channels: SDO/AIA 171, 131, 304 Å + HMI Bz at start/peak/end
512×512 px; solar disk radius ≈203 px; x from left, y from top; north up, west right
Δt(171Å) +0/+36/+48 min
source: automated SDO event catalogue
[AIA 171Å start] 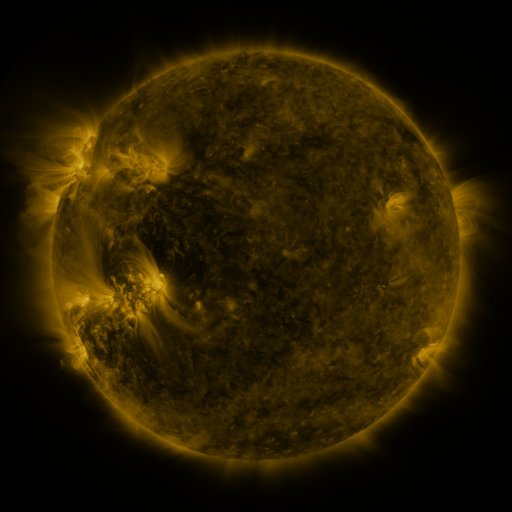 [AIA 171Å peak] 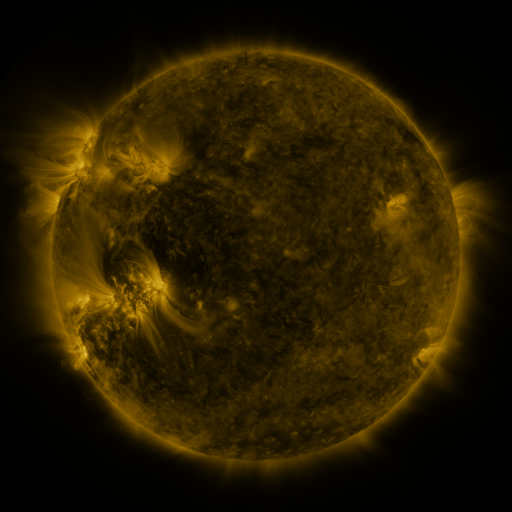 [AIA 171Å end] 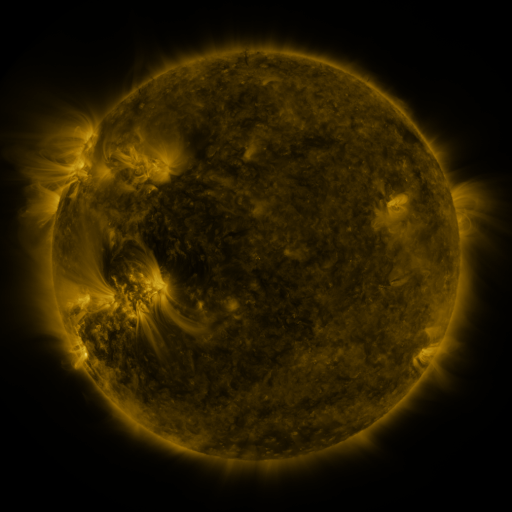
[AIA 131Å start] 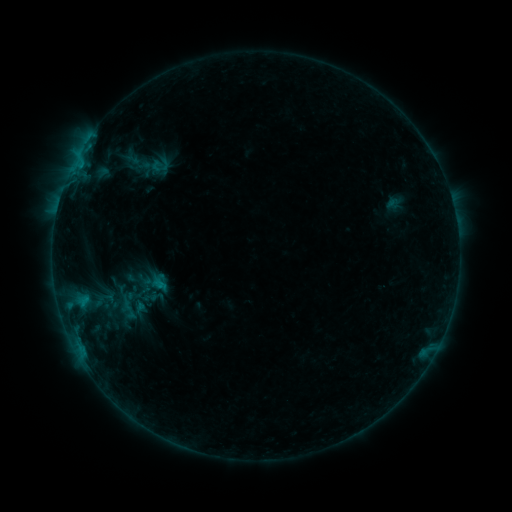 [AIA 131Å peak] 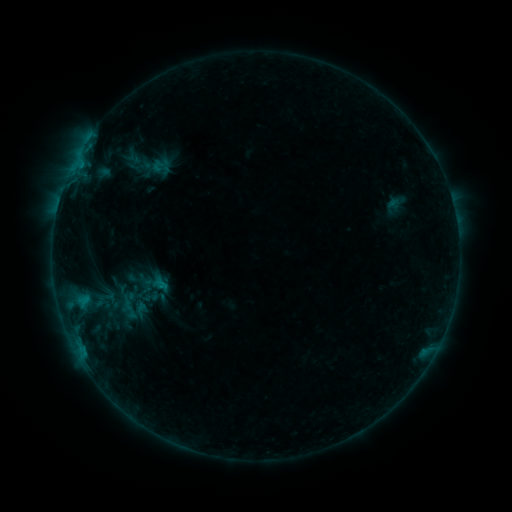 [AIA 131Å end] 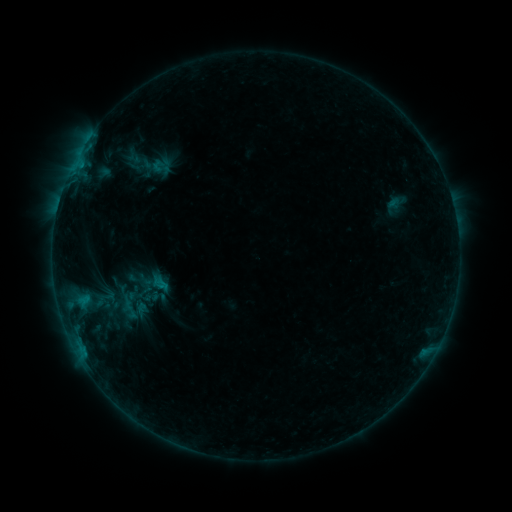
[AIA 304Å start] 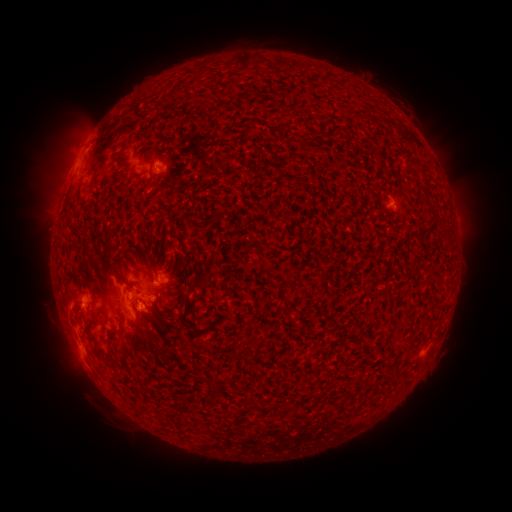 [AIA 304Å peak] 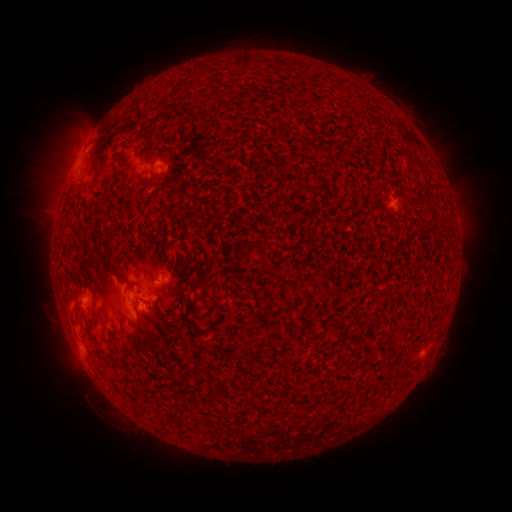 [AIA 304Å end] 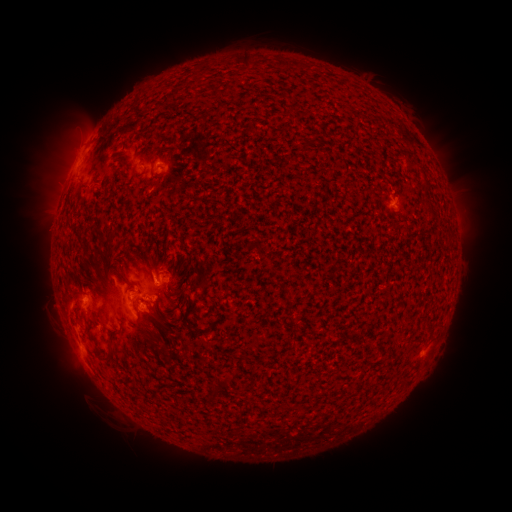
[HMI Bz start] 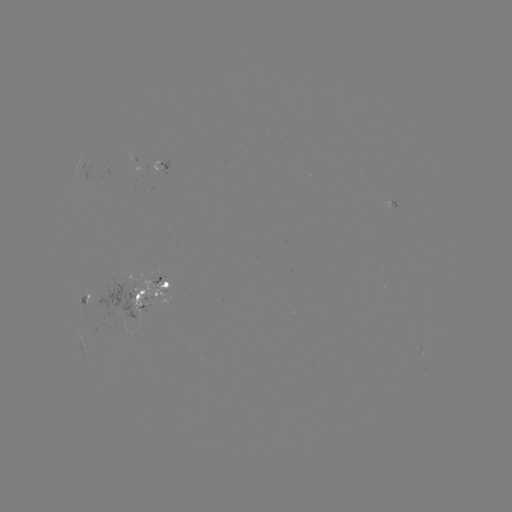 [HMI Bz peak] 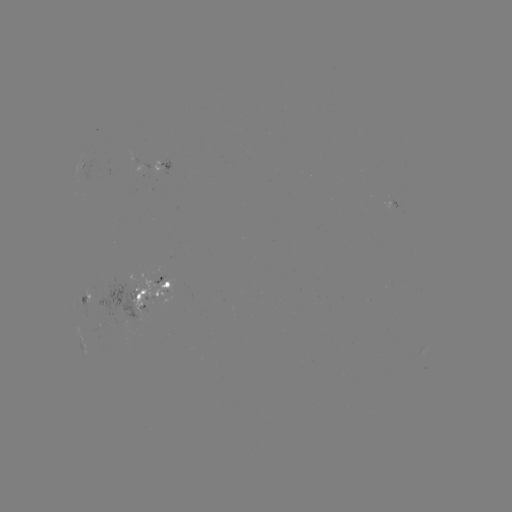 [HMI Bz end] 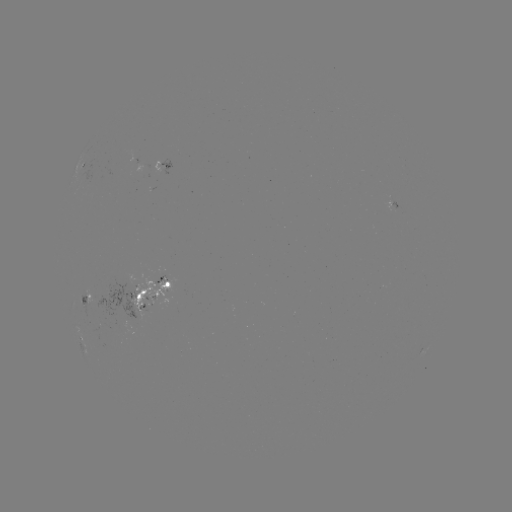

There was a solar emerging-flux region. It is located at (130, 301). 